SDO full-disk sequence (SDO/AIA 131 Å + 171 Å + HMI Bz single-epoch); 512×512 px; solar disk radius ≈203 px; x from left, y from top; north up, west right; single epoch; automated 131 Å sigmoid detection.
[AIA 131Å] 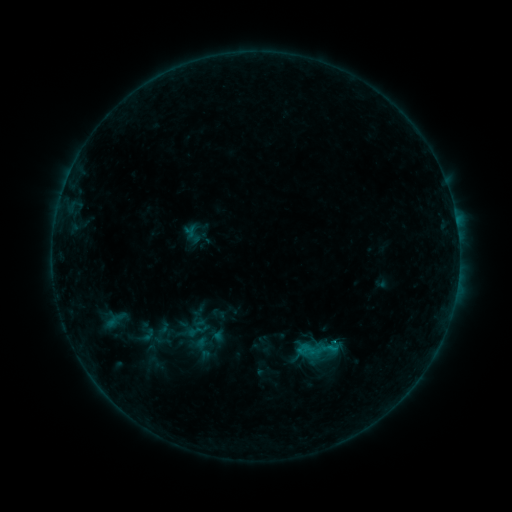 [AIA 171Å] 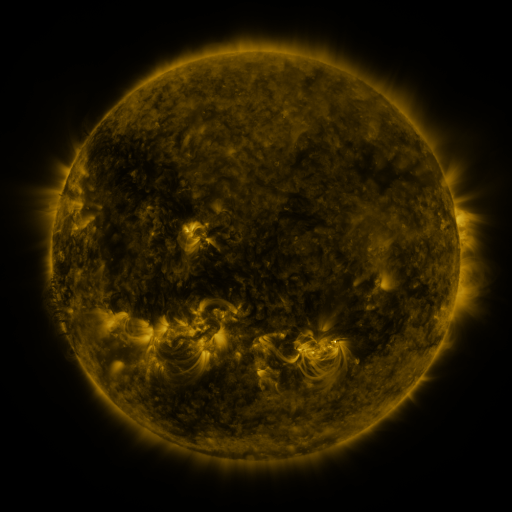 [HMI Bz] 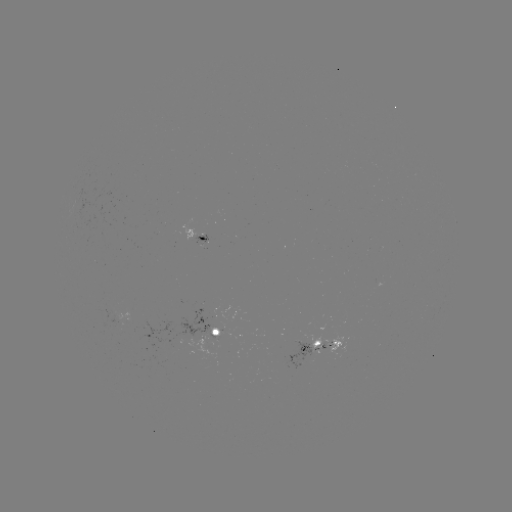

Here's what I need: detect sigmoid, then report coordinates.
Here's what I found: sigmoid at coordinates (309, 350).